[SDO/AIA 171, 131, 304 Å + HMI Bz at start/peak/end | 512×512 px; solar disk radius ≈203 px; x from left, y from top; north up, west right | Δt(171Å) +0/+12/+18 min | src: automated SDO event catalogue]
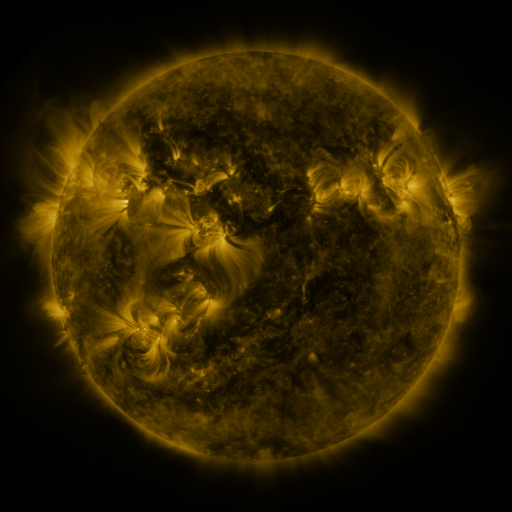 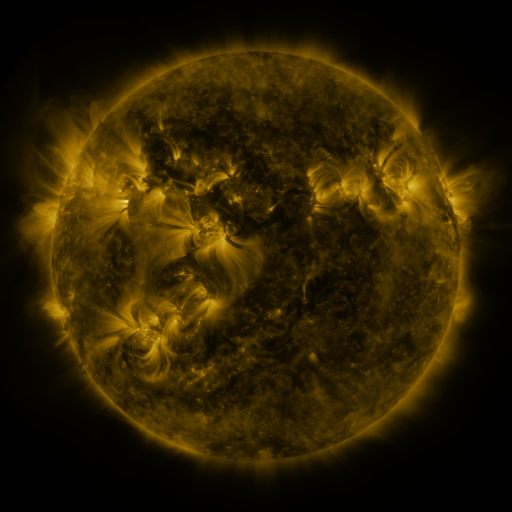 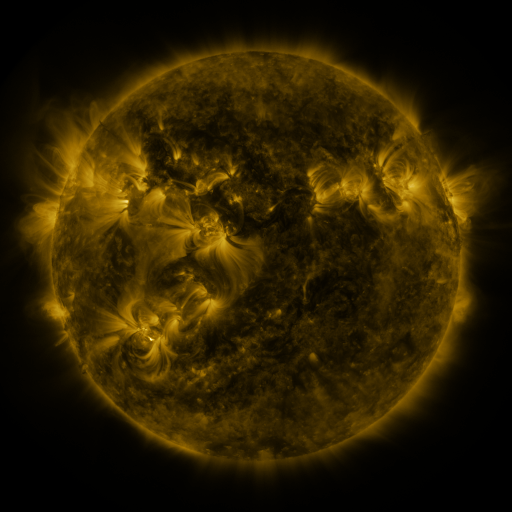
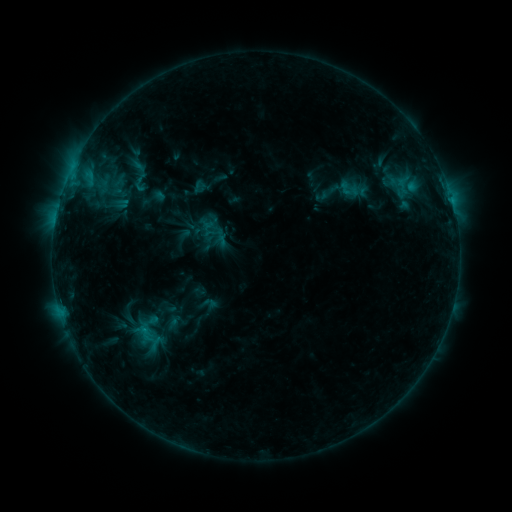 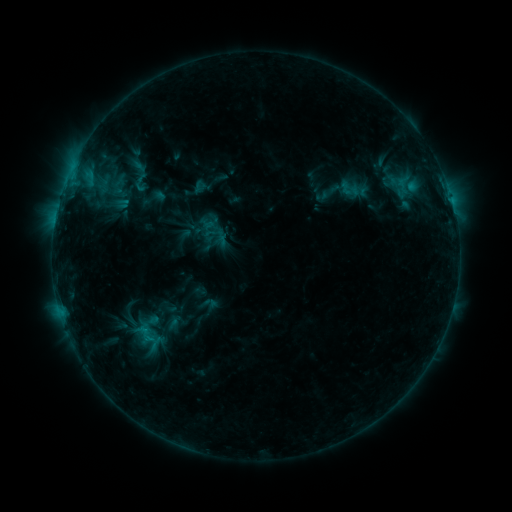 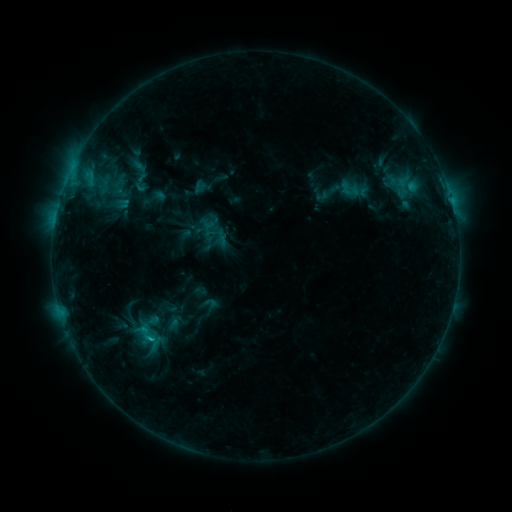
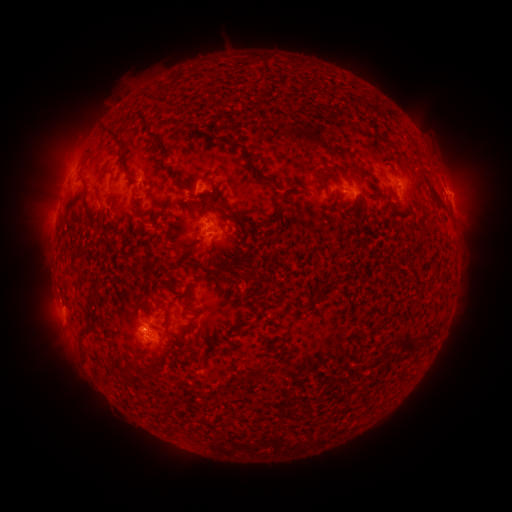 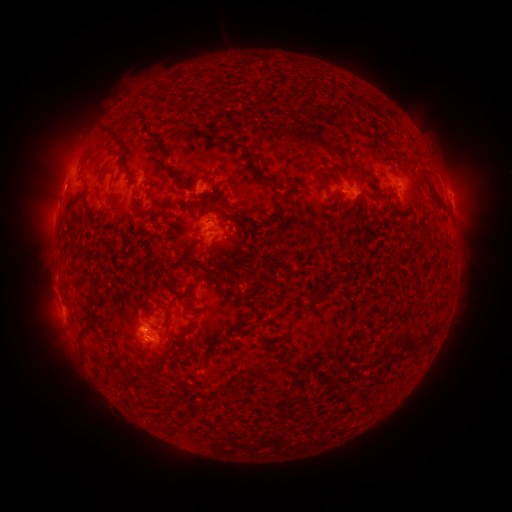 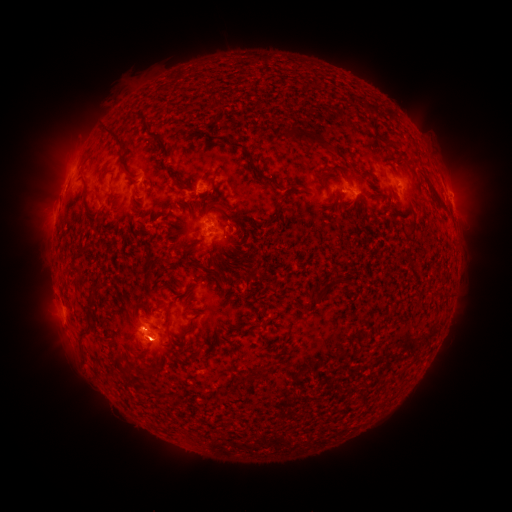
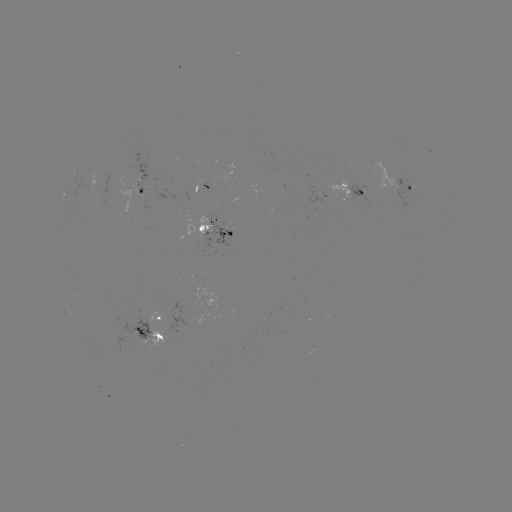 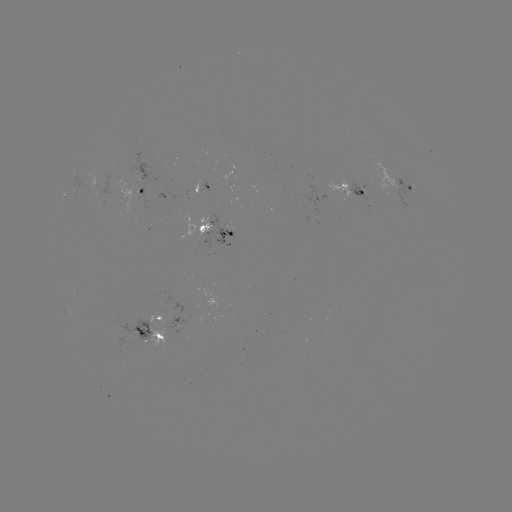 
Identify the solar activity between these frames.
eruption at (58, 186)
